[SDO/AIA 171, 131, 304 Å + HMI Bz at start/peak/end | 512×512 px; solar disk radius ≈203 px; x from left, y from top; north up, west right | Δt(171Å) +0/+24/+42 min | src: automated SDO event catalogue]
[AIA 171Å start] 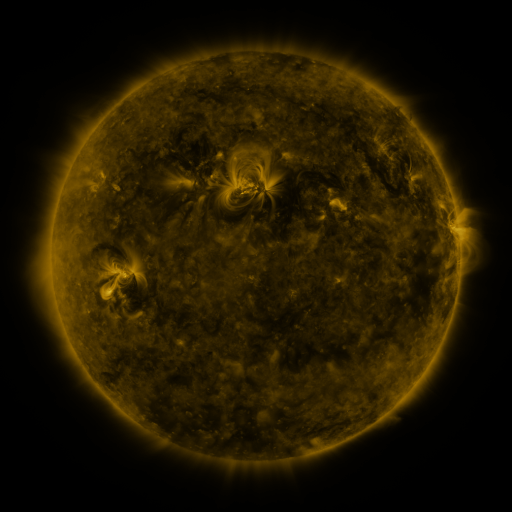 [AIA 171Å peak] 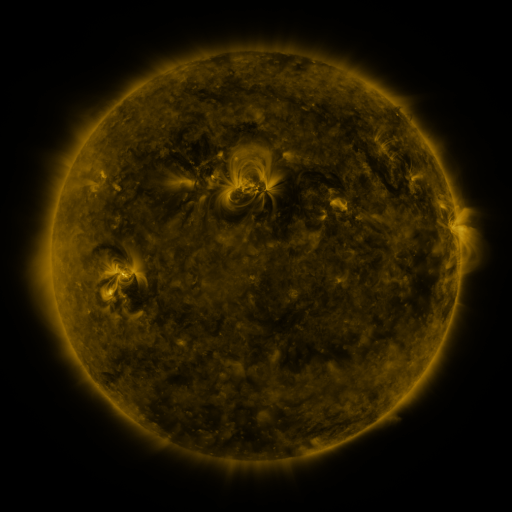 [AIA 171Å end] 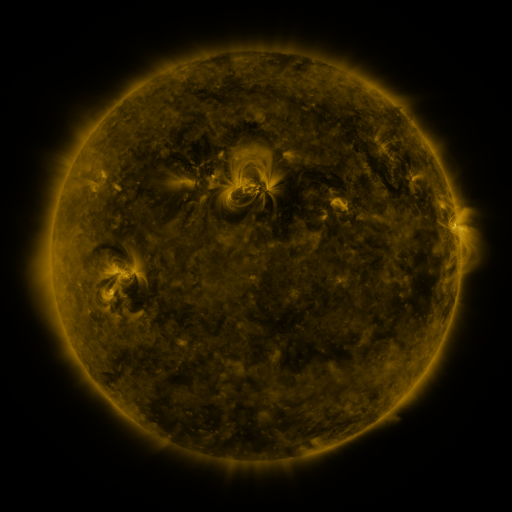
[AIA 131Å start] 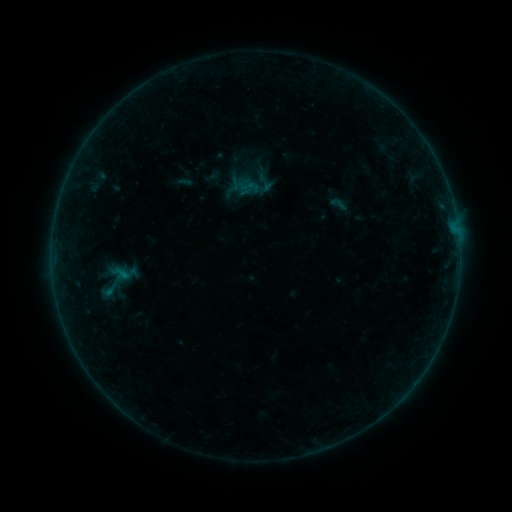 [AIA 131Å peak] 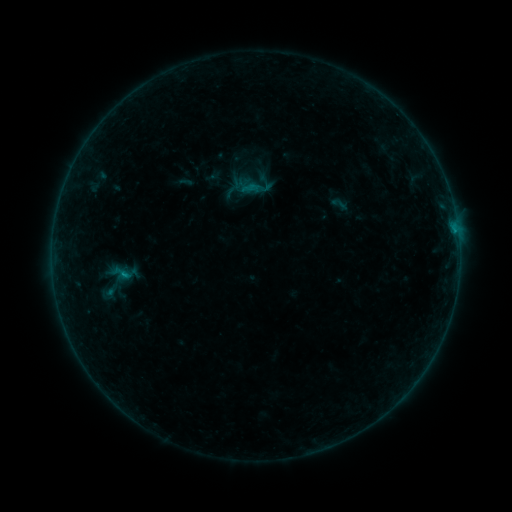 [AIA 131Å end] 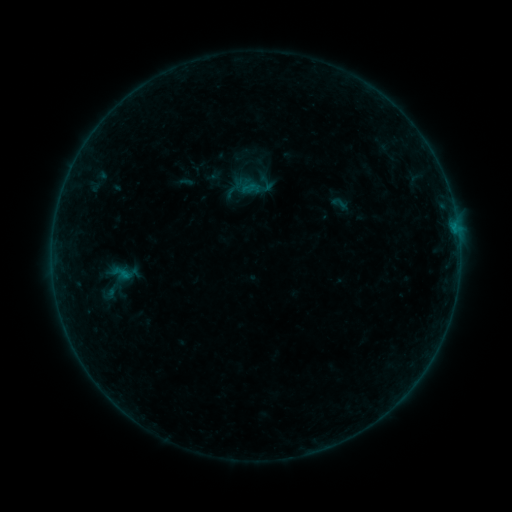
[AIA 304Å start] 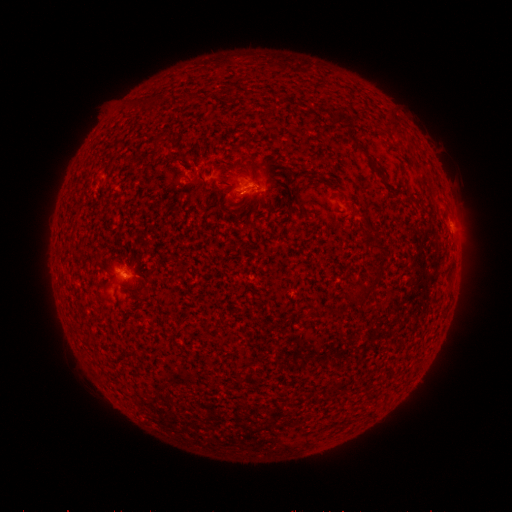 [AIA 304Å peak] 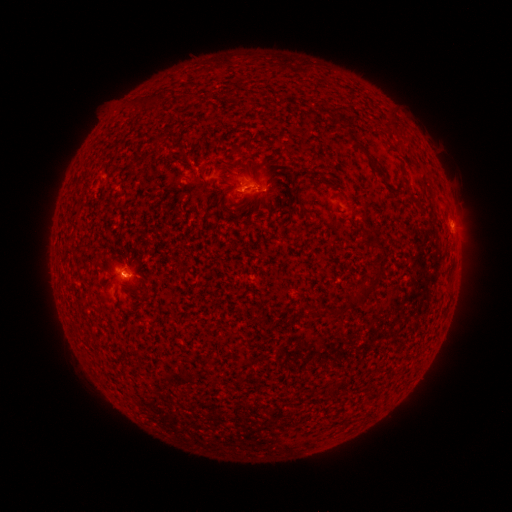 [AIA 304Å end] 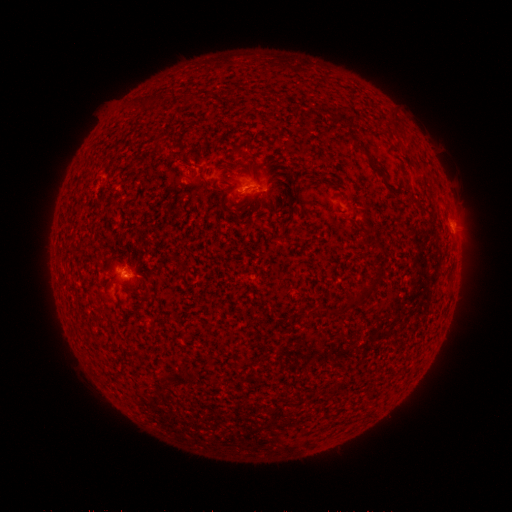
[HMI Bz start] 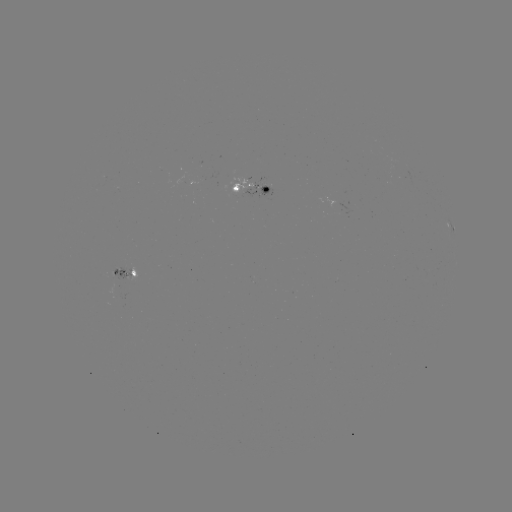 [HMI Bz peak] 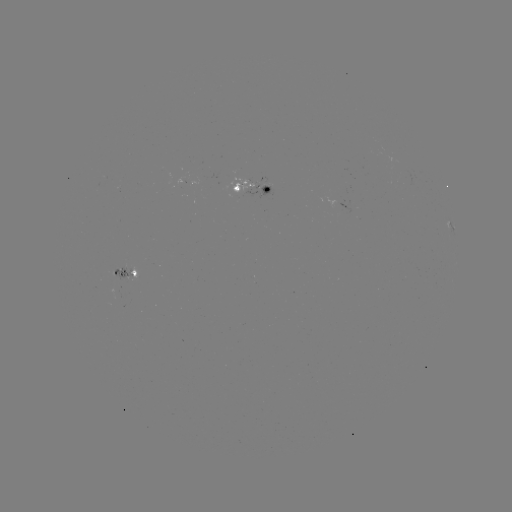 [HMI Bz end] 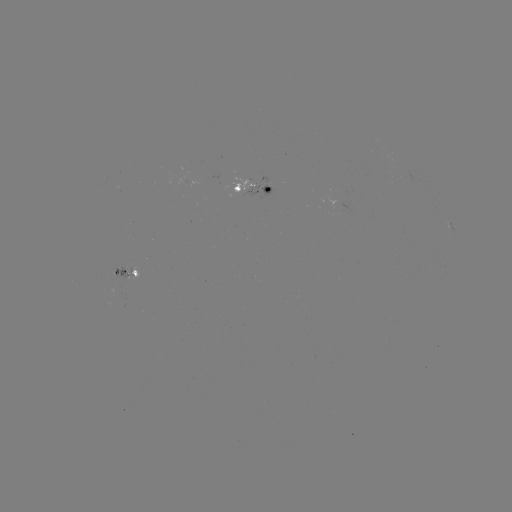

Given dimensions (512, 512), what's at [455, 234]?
B5.6 flare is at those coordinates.